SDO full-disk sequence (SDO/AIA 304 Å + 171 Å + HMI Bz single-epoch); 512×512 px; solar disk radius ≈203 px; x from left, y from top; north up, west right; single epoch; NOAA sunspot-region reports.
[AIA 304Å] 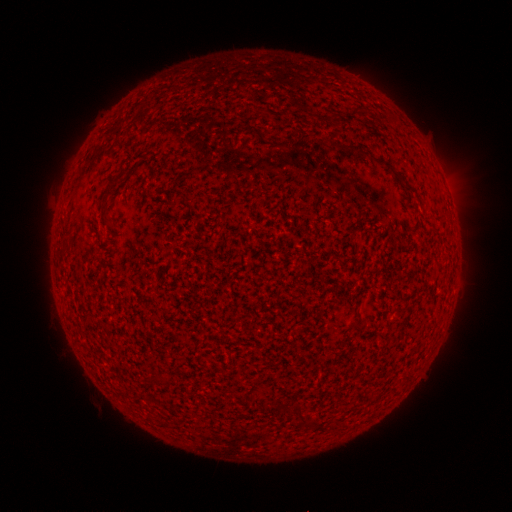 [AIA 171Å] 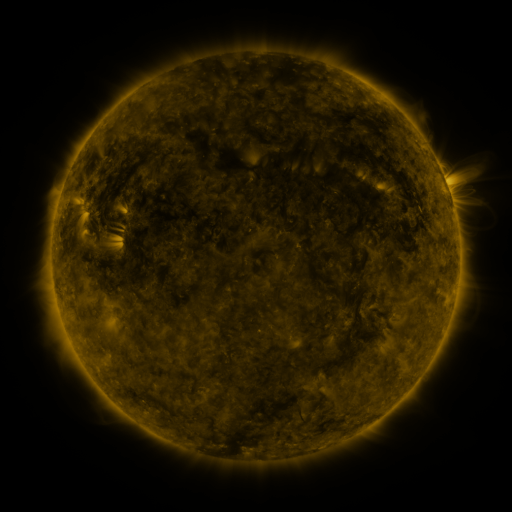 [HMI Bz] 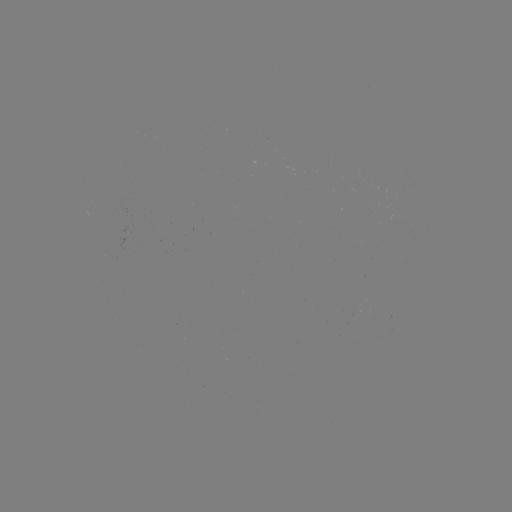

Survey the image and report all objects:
(none)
